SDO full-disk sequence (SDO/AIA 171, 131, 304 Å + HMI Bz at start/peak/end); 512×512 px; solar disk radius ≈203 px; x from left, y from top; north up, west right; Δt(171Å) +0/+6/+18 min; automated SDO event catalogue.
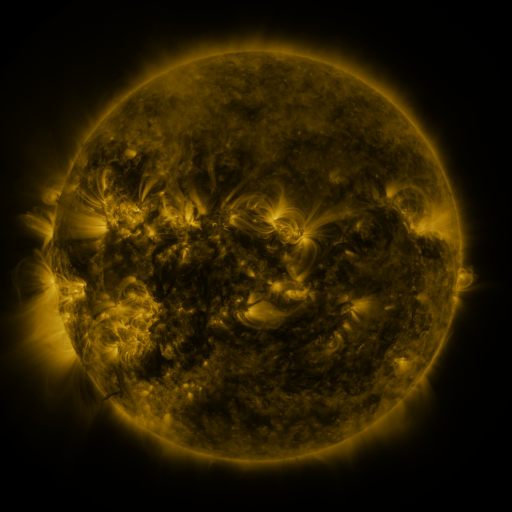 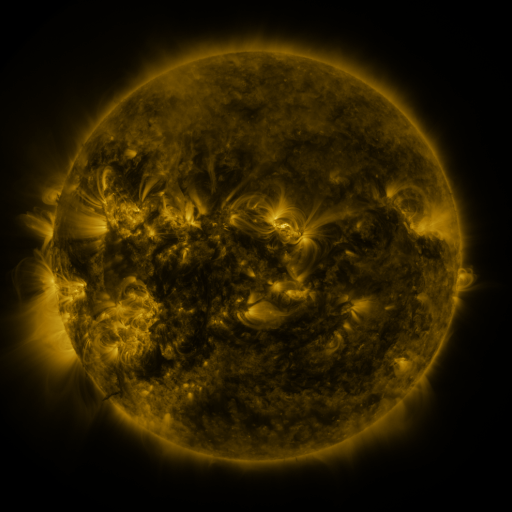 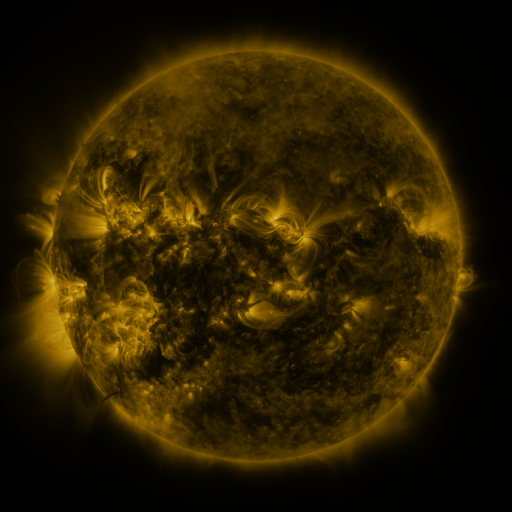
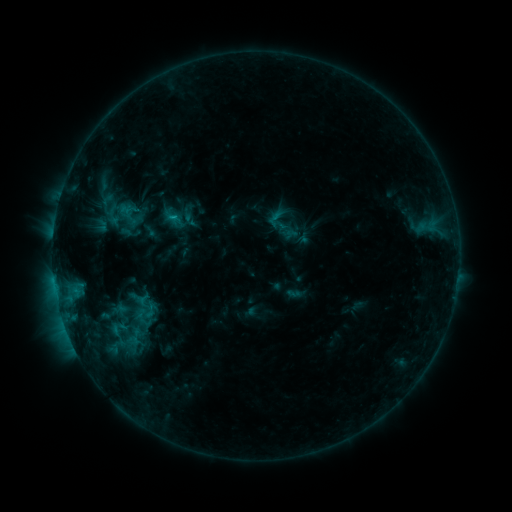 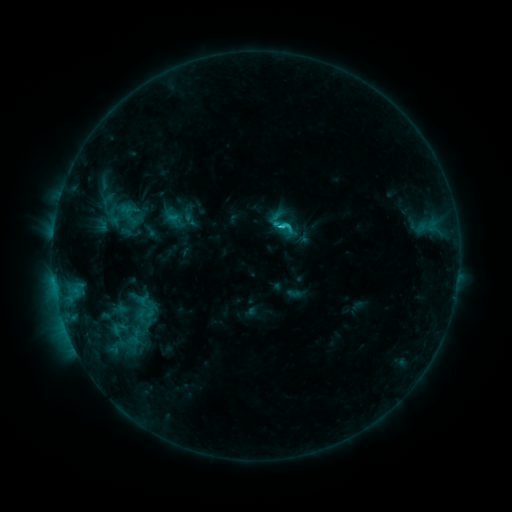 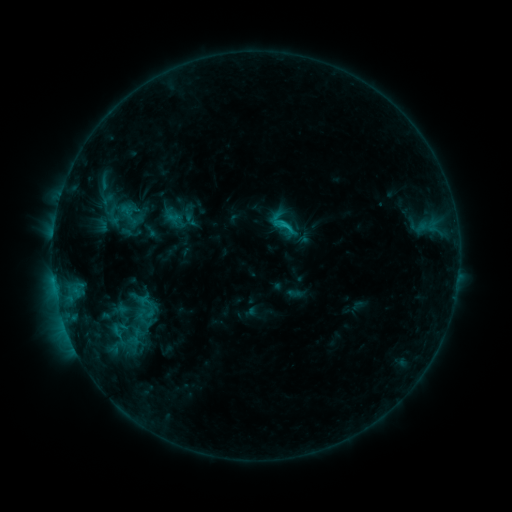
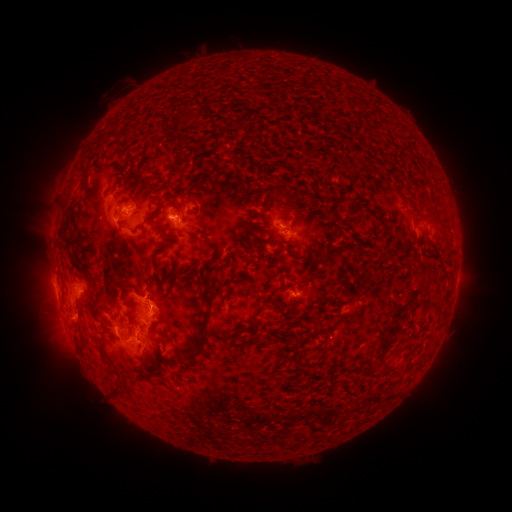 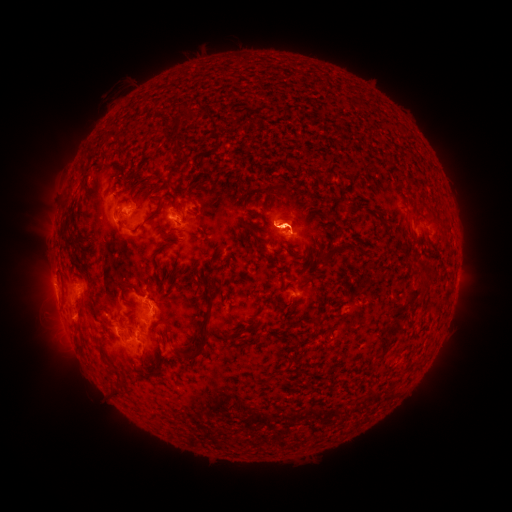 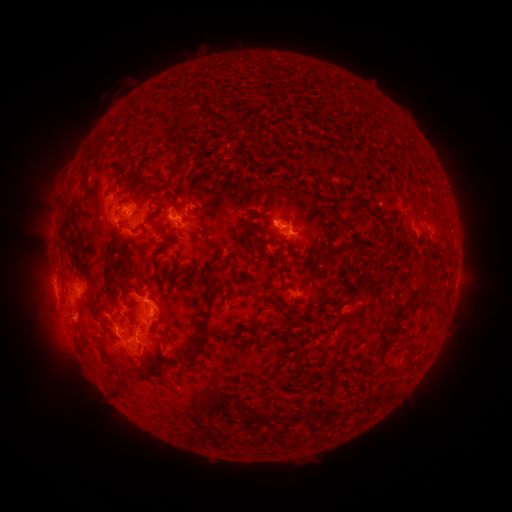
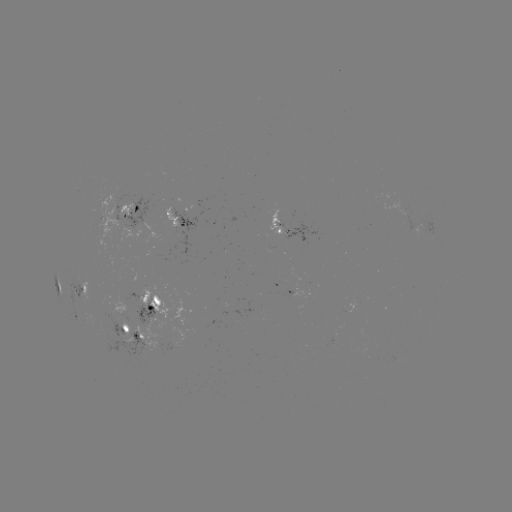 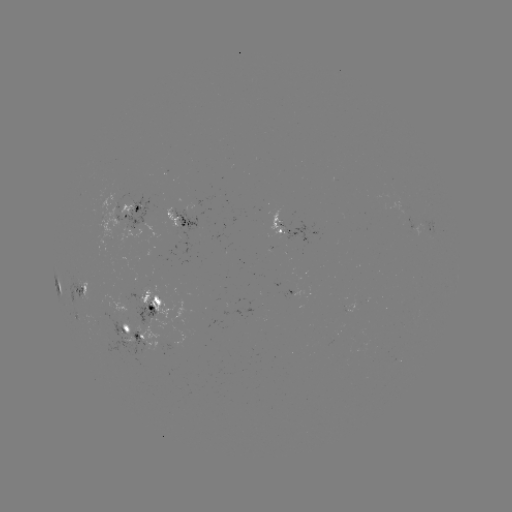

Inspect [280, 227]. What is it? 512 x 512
C1.8 flare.